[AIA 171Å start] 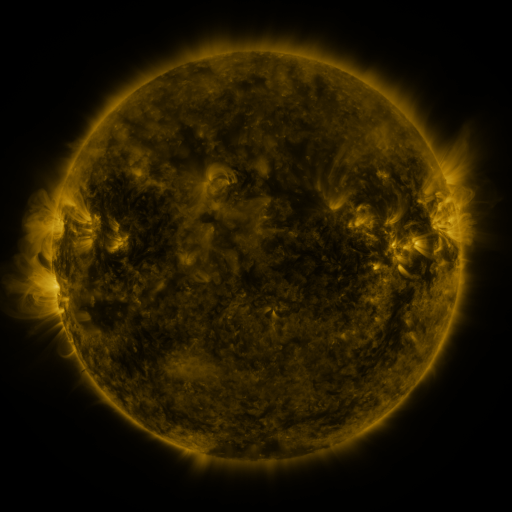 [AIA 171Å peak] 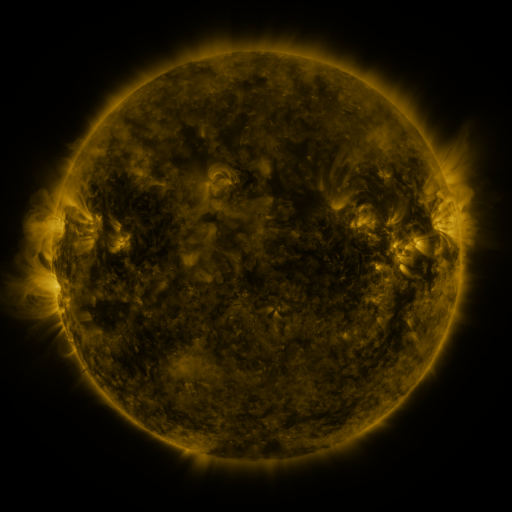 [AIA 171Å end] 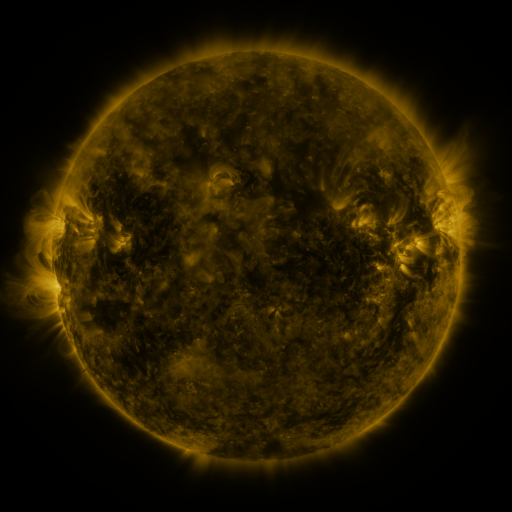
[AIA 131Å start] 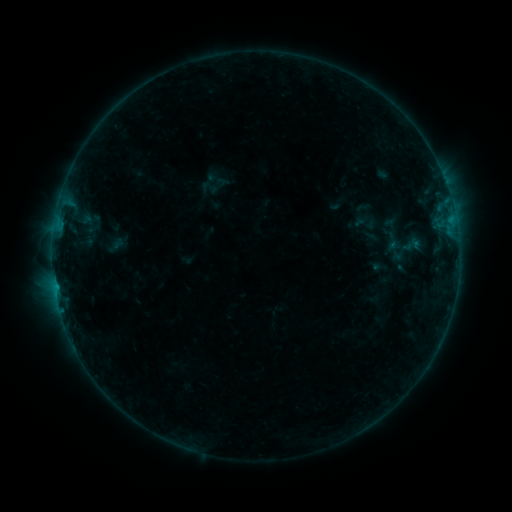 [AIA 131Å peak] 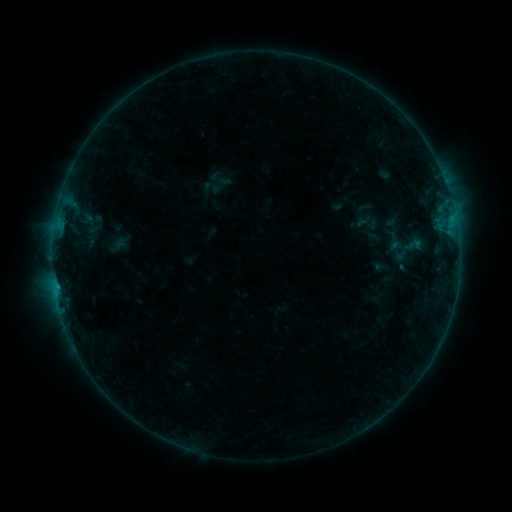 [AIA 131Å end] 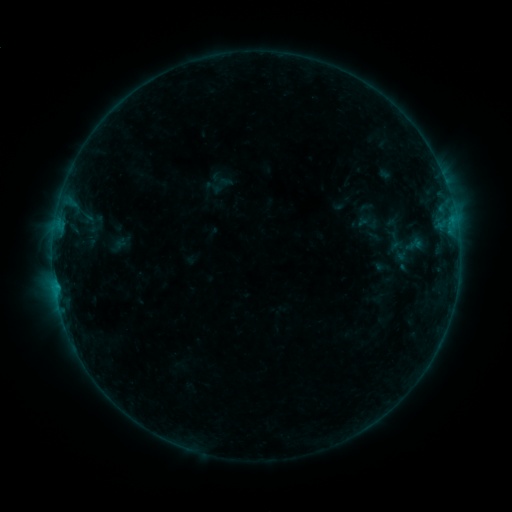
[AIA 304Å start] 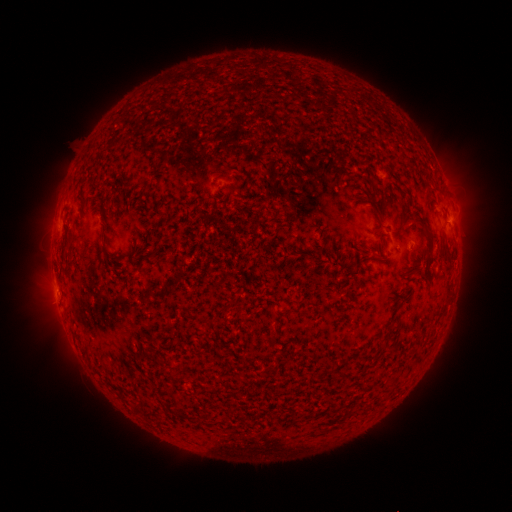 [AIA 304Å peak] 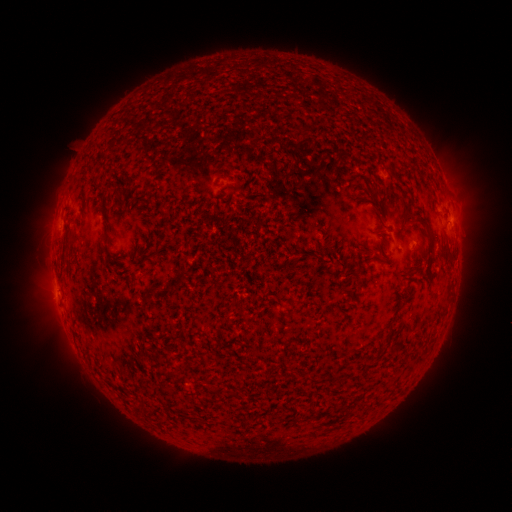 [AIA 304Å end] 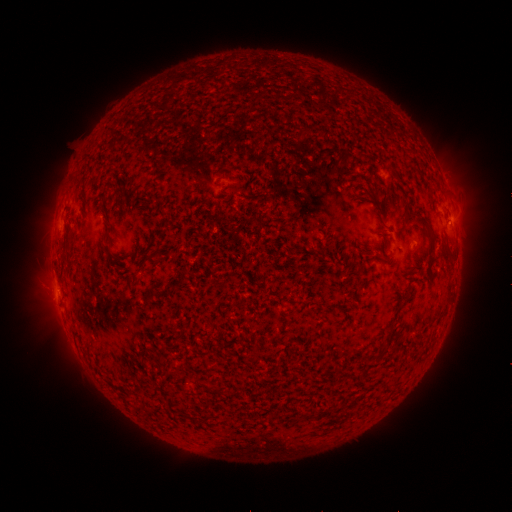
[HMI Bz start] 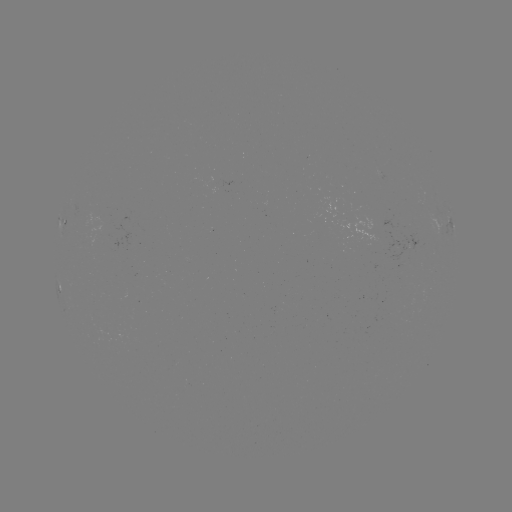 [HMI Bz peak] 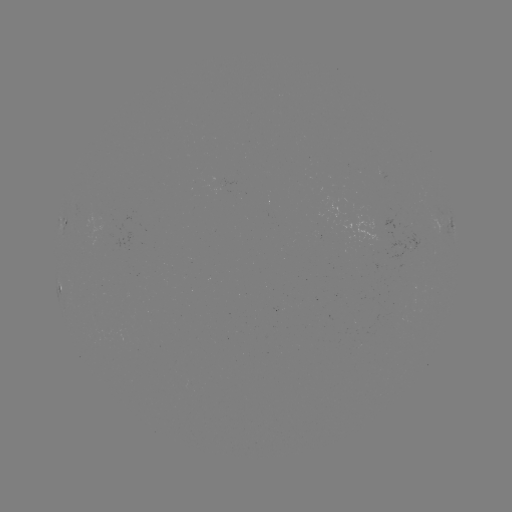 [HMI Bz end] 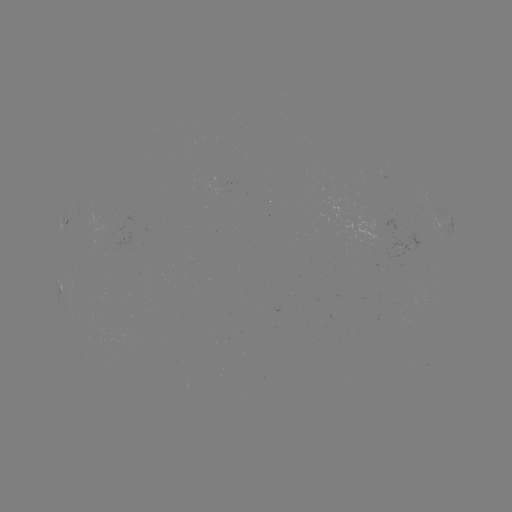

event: emerging-flux region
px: (189, 383)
